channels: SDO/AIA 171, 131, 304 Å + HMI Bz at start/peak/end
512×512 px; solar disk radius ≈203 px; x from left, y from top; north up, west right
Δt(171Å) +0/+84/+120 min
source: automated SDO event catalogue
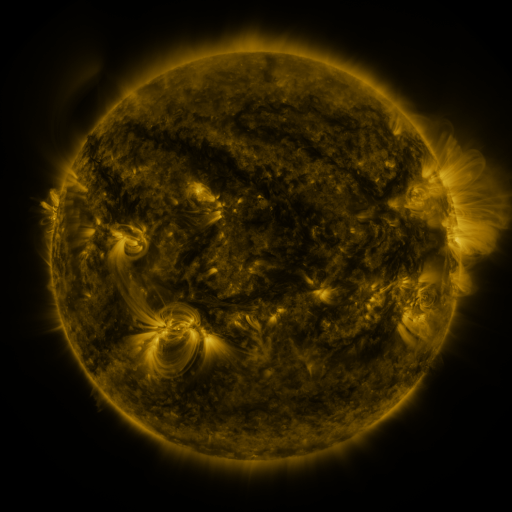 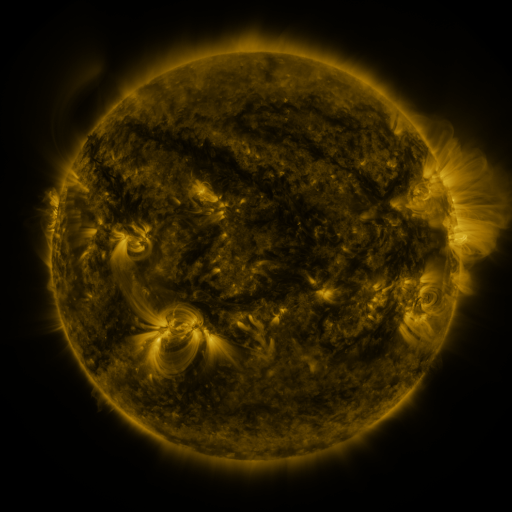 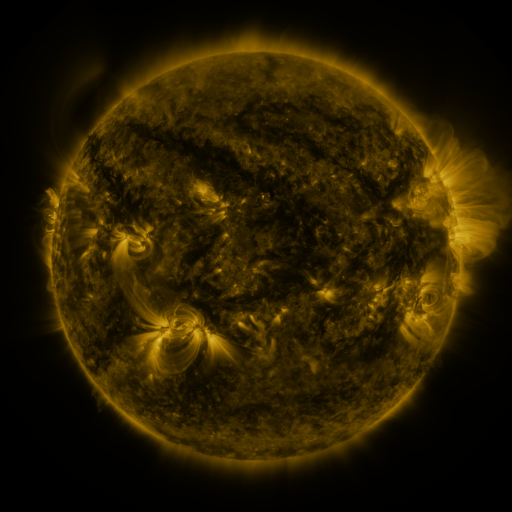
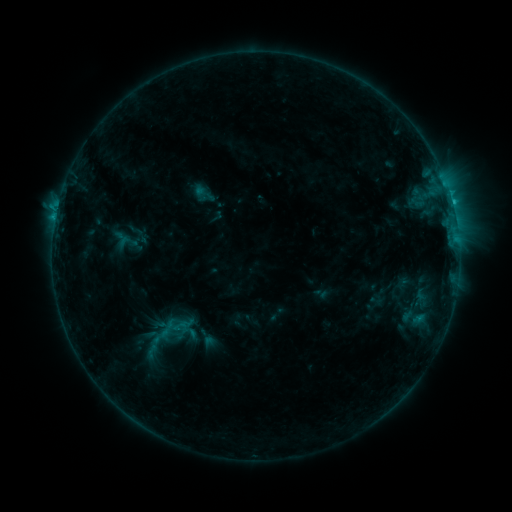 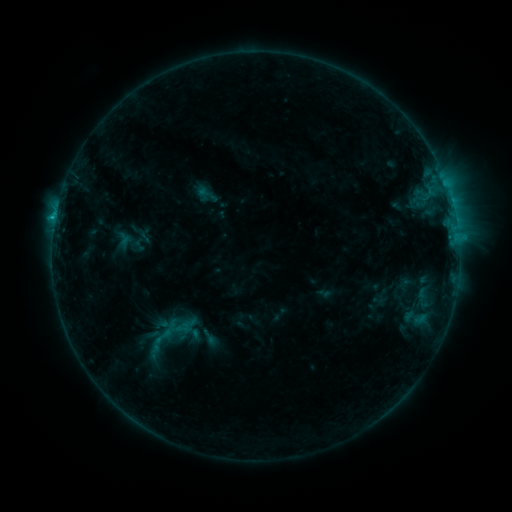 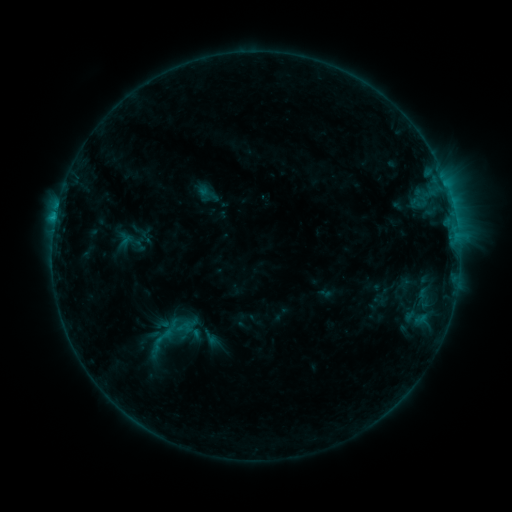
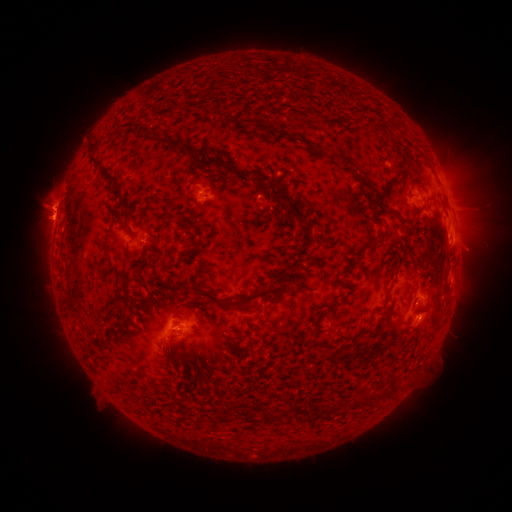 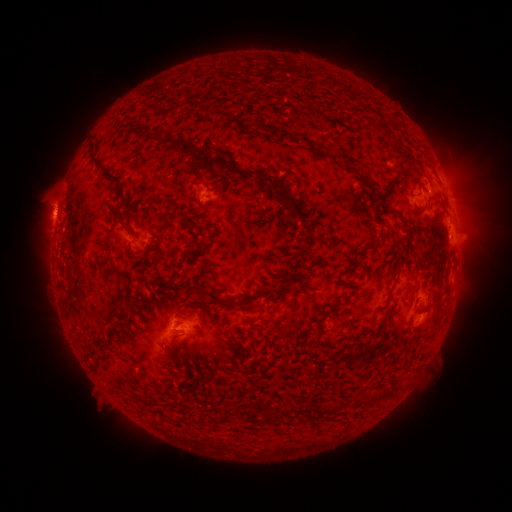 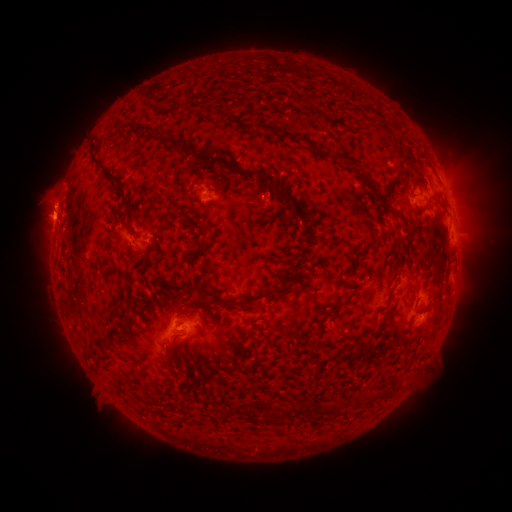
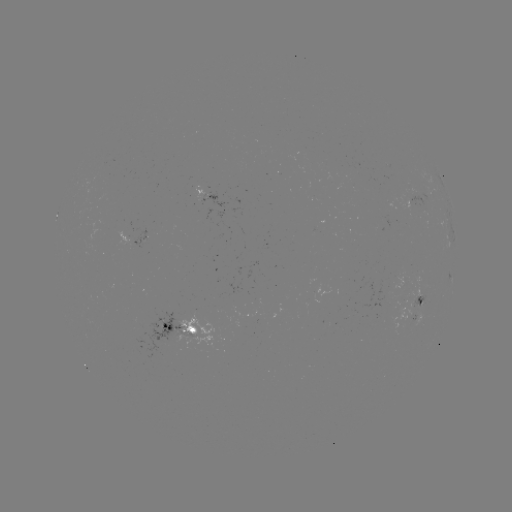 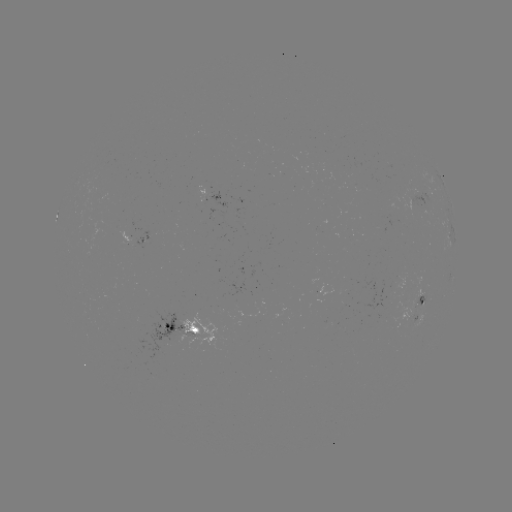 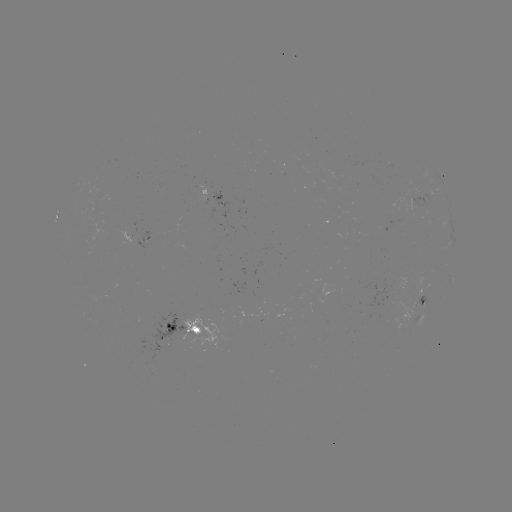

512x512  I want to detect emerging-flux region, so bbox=[391, 276, 404, 290].